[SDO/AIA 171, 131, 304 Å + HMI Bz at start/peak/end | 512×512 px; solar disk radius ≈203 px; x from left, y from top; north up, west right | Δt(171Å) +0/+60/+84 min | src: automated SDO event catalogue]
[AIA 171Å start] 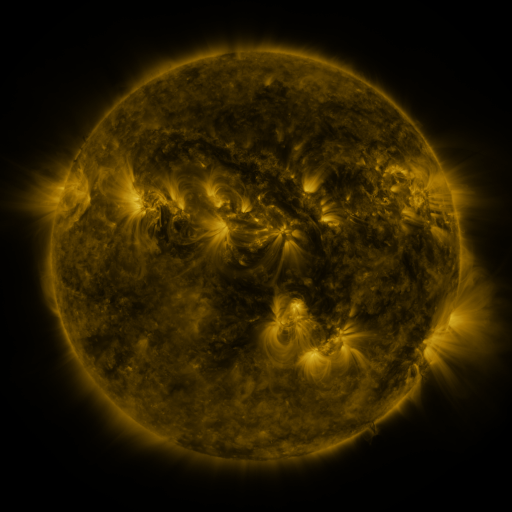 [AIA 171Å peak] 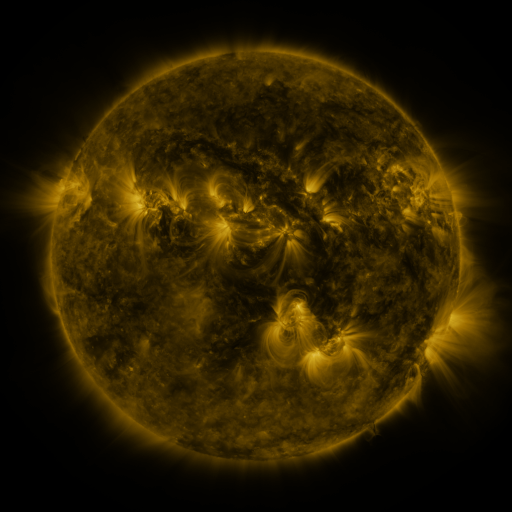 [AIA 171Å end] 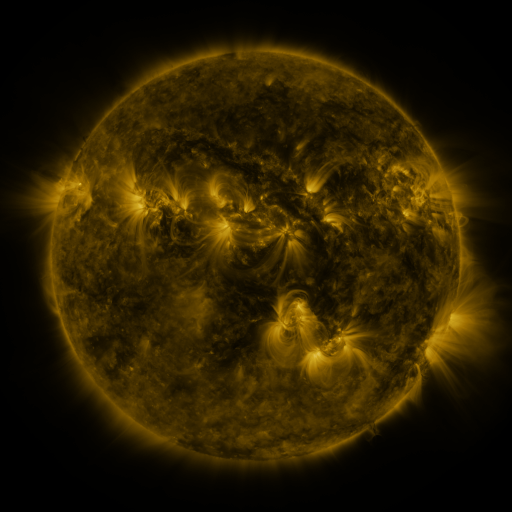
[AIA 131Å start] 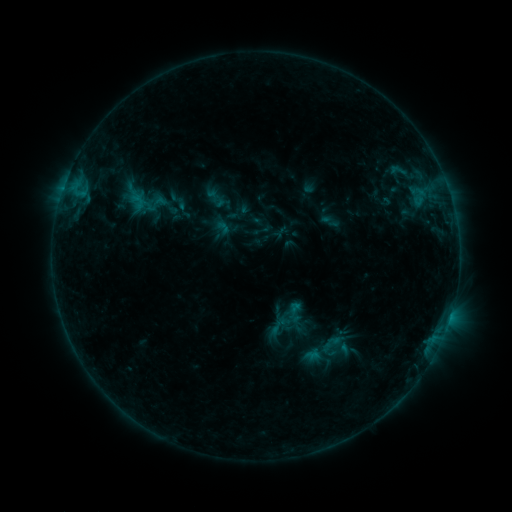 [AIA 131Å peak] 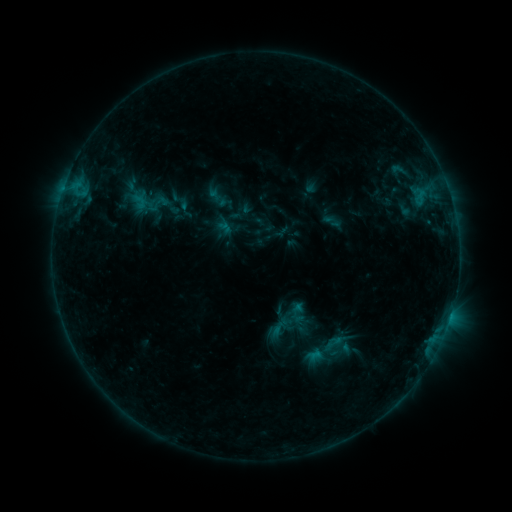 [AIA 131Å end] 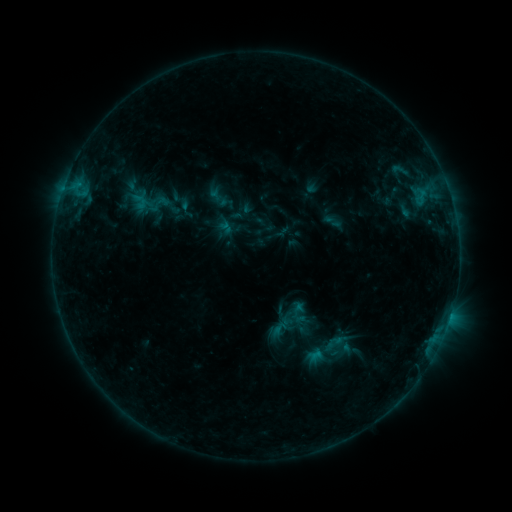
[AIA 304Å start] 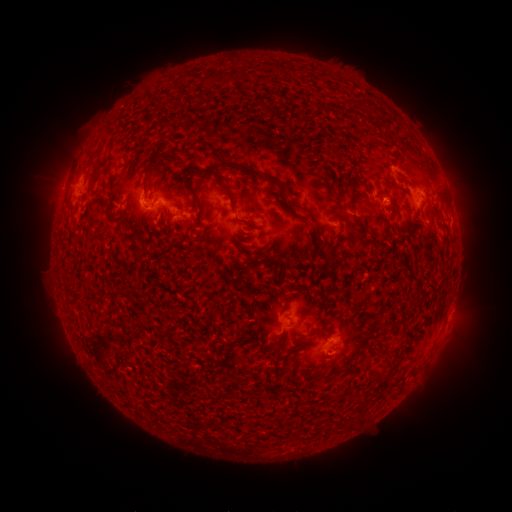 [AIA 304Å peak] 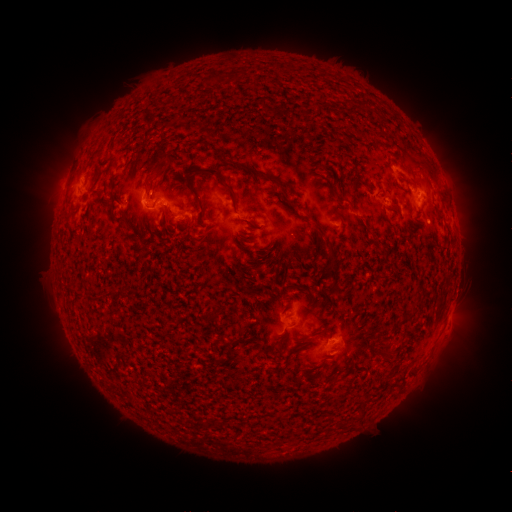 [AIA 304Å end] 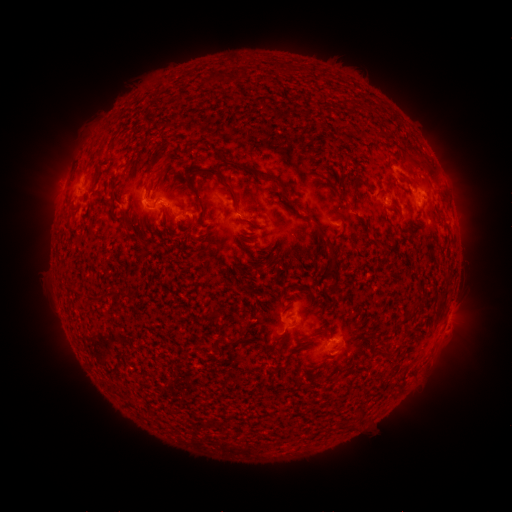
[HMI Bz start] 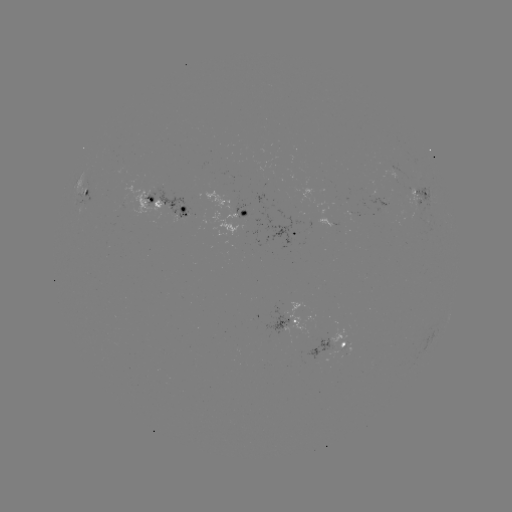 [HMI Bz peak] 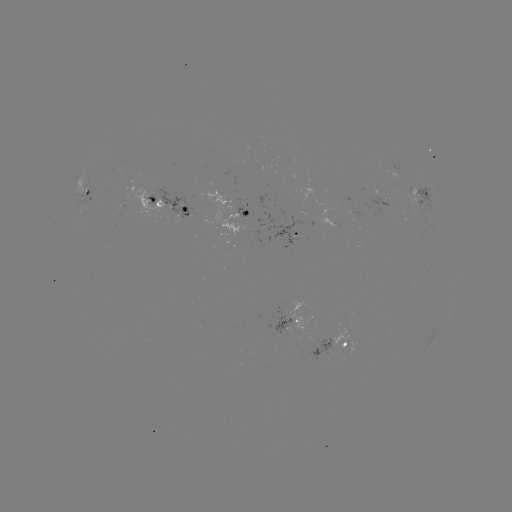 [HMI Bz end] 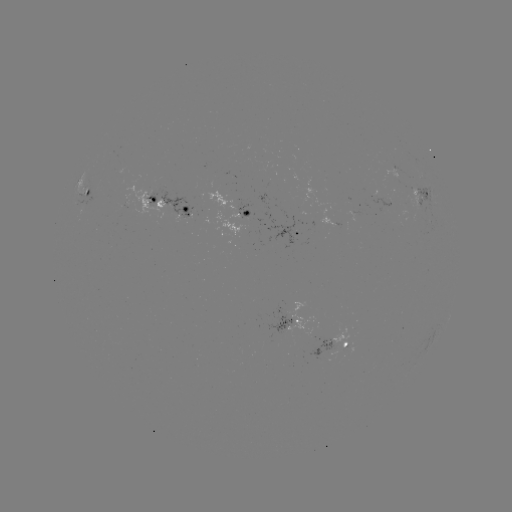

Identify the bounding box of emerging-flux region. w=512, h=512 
[205, 195, 260, 236].